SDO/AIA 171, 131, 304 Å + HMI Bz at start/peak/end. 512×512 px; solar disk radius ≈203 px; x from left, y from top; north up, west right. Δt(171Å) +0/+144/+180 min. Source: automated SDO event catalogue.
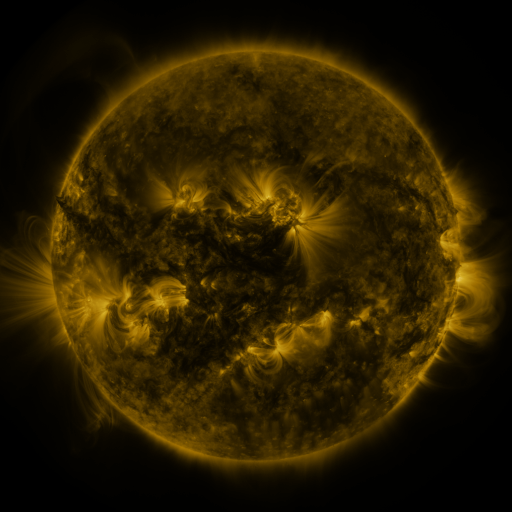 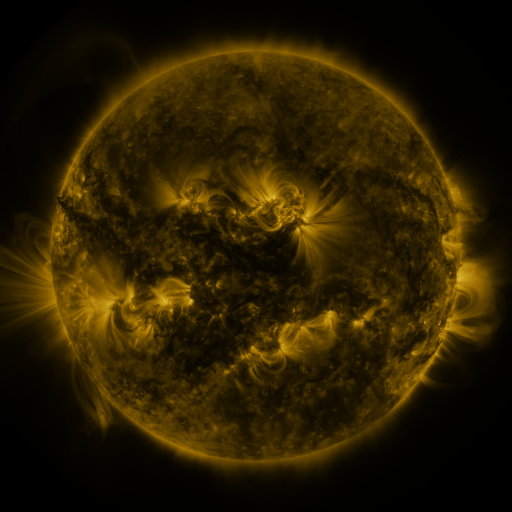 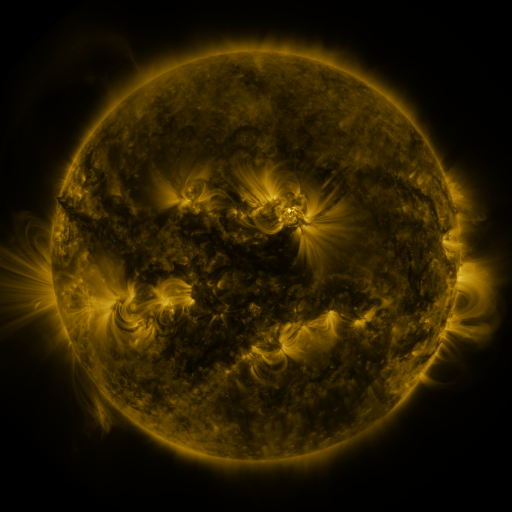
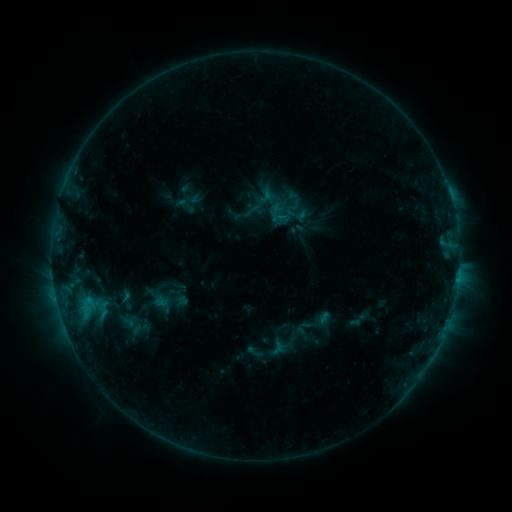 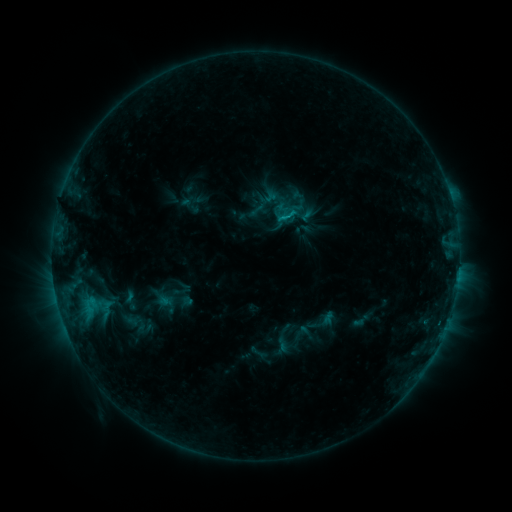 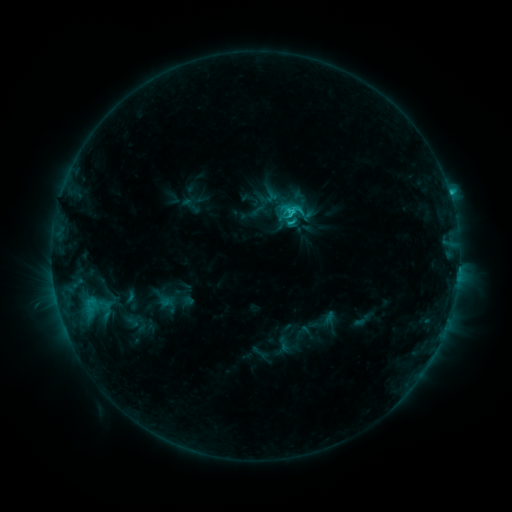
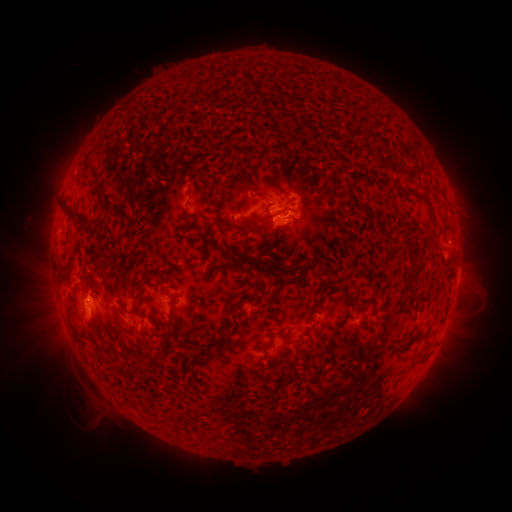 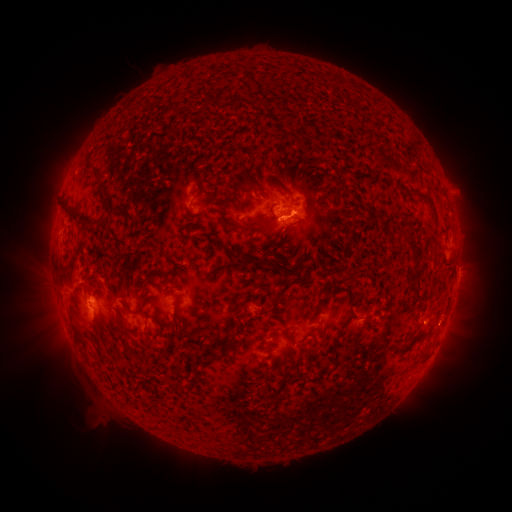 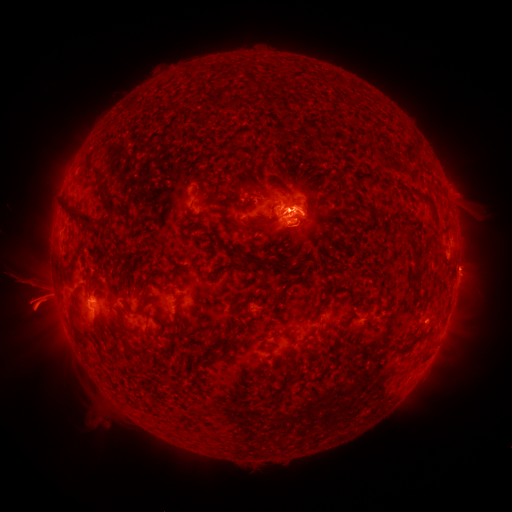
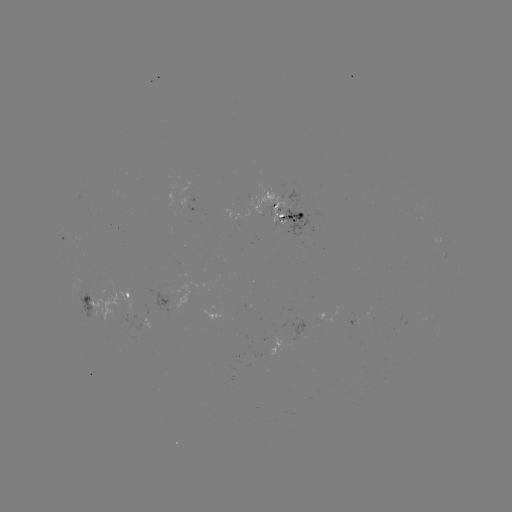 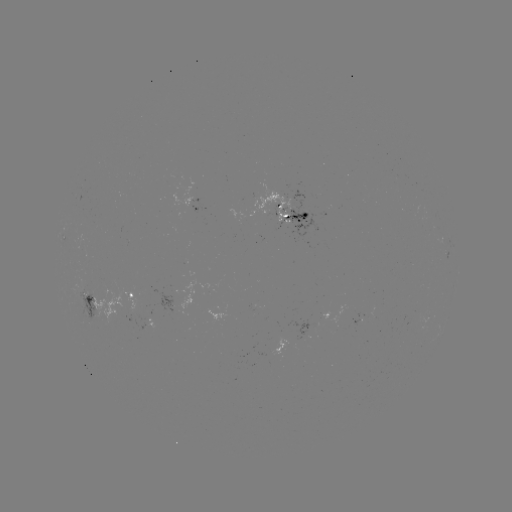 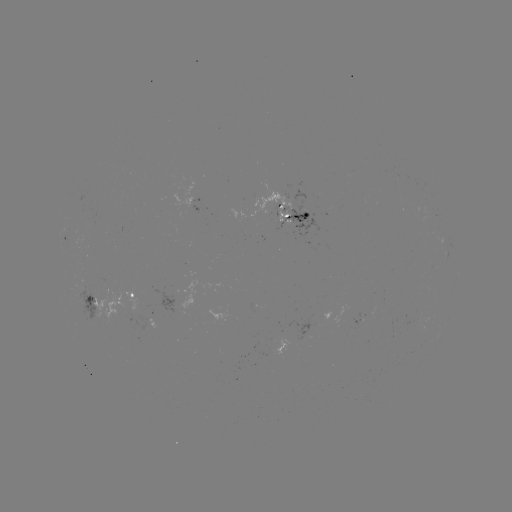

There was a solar emerging-flux region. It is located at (310, 326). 